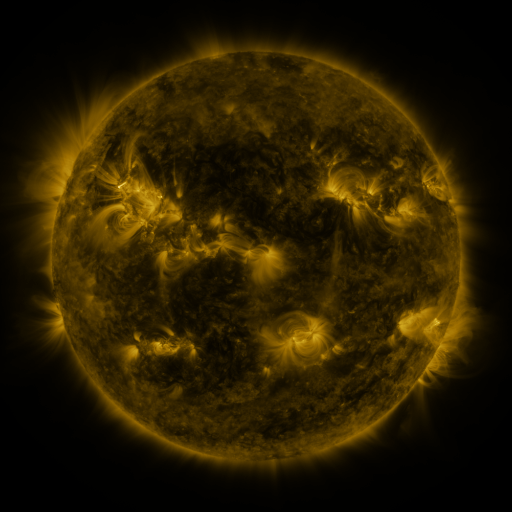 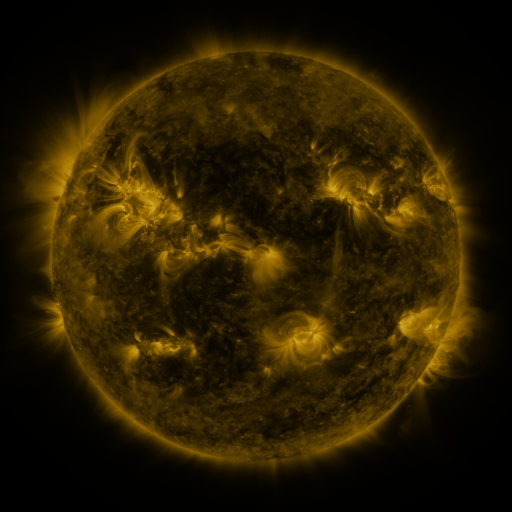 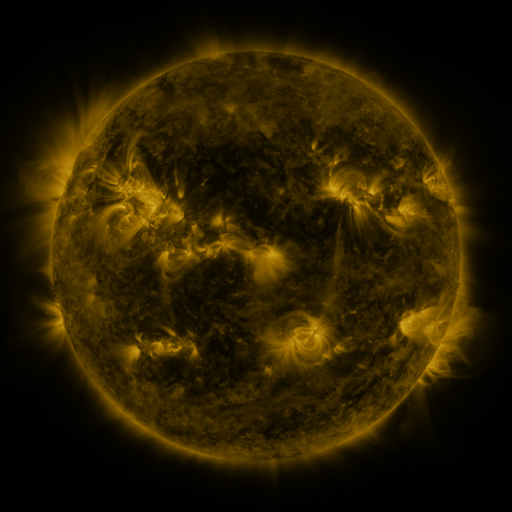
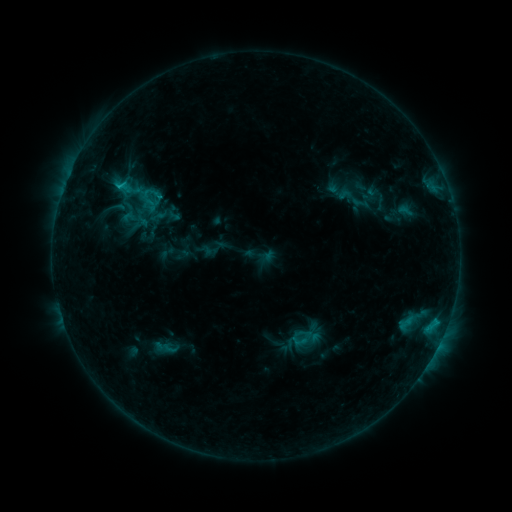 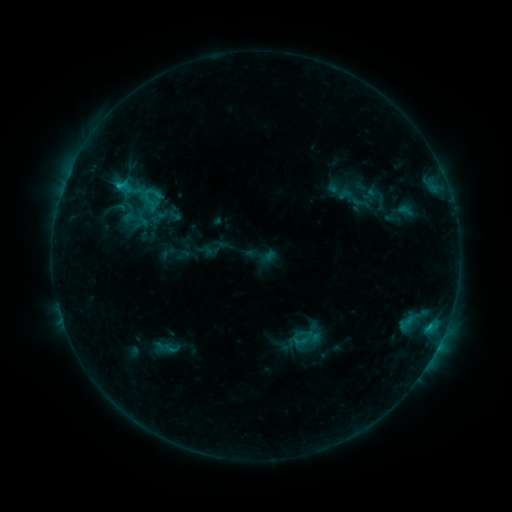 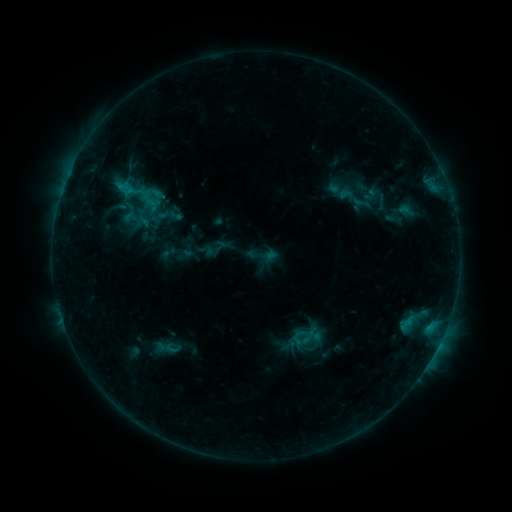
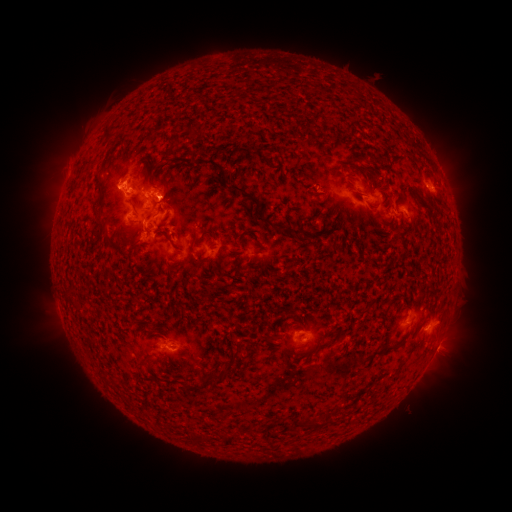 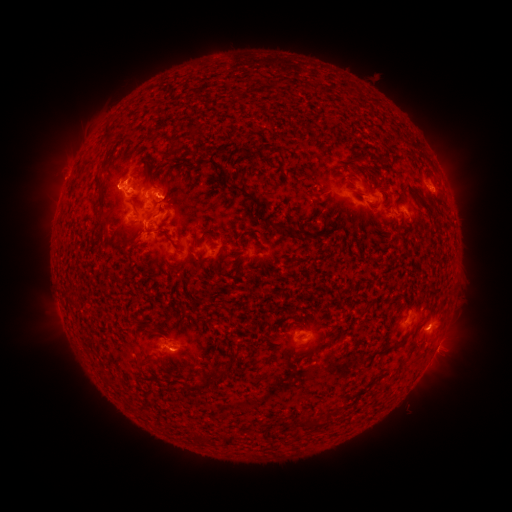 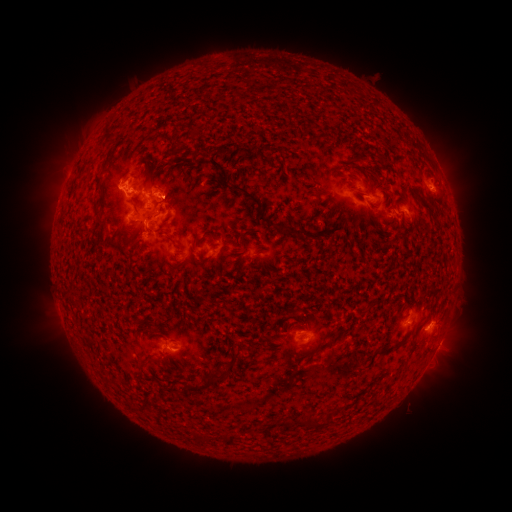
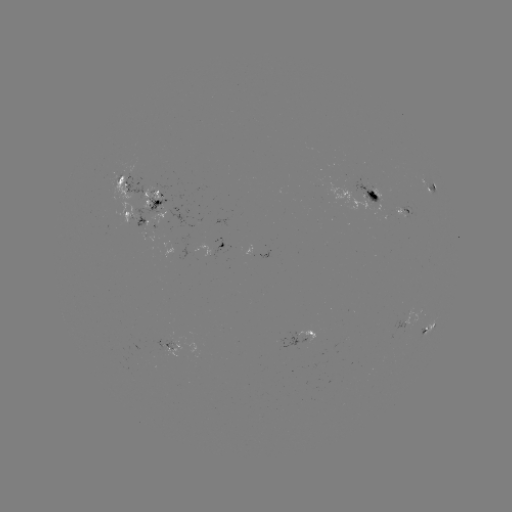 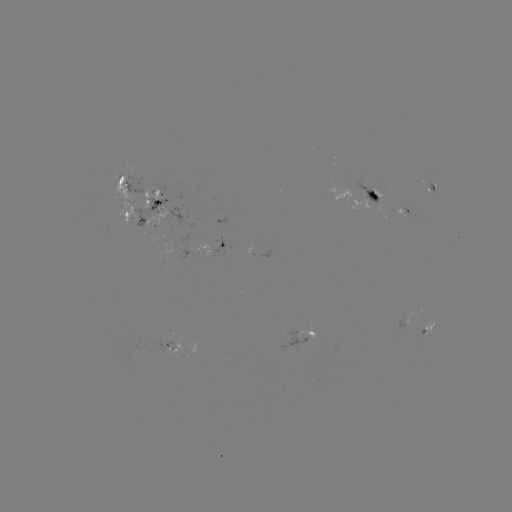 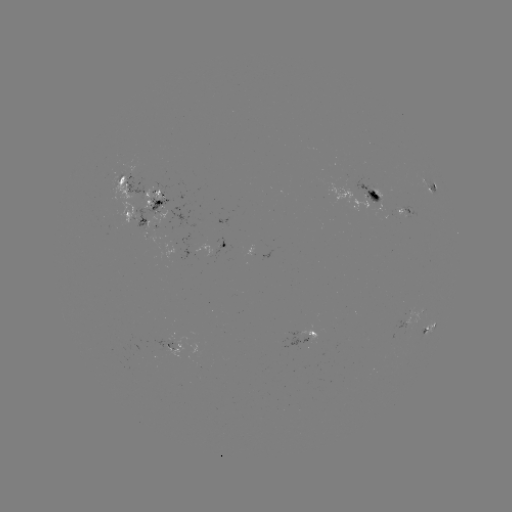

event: flare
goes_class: C1.2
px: (117, 189)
